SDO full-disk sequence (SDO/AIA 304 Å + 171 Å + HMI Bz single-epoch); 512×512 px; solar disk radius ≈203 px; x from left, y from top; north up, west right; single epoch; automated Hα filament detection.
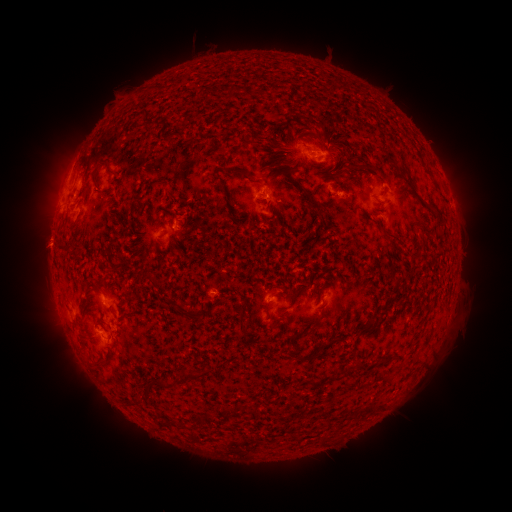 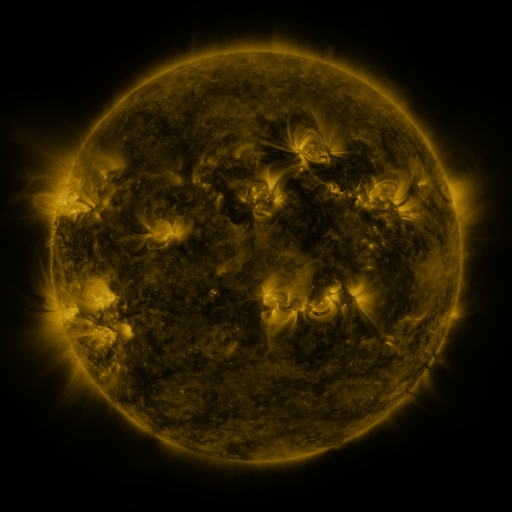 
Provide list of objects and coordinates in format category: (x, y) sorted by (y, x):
filament: (145, 117)
filament: (245, 144)
filament: (325, 144)
filament: (276, 146)
filament: (271, 165)
filament: (365, 165)
filament: (235, 172)
filament: (336, 173)
filament: (93, 181)
filament: (275, 185)
filament: (306, 195)
filament: (278, 214)
filament: (249, 218)
filament: (393, 234)
filament: (63, 249)
filament: (155, 249)
filament: (152, 280)
filament: (367, 287)
filament: (284, 294)
filament: (294, 298)
filament: (268, 306)
filament: (192, 314)
filament: (242, 318)
filament: (306, 330)
filament: (341, 338)
filament: (304, 357)
filament: (355, 365)
filament: (100, 366)
filament: (196, 377)
filament: (324, 382)
filament: (159, 383)
filament: (370, 408)
filament: (353, 410)
filament: (253, 411)
